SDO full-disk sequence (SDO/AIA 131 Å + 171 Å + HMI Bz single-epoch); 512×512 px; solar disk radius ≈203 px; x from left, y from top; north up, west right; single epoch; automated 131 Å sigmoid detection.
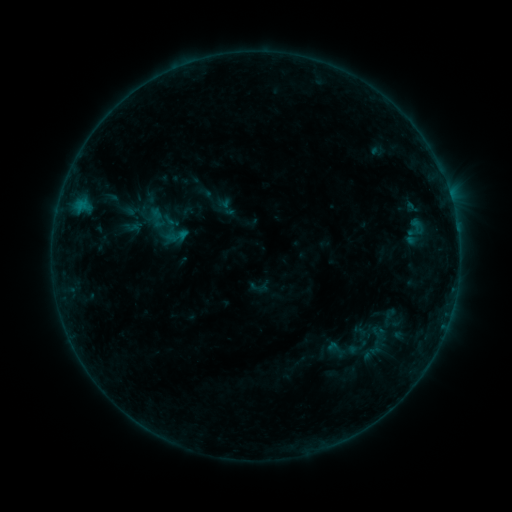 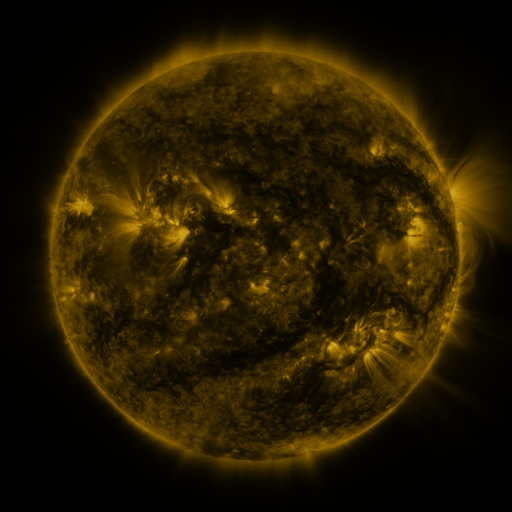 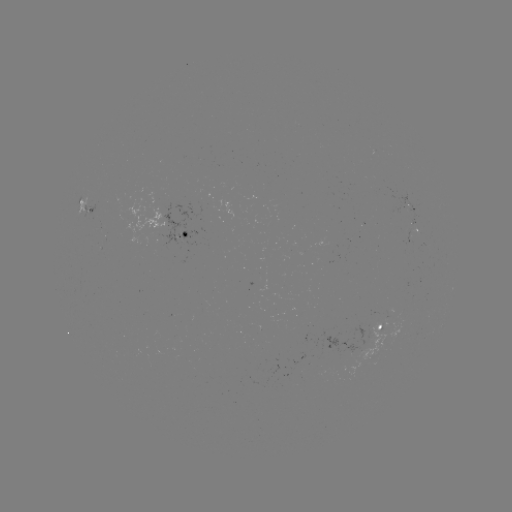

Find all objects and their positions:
sigmoid: (157, 218)
